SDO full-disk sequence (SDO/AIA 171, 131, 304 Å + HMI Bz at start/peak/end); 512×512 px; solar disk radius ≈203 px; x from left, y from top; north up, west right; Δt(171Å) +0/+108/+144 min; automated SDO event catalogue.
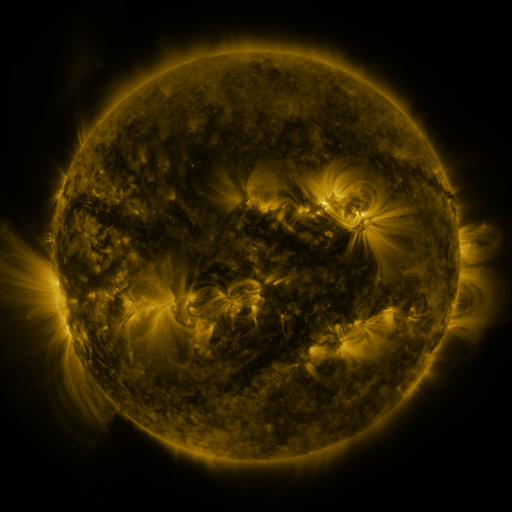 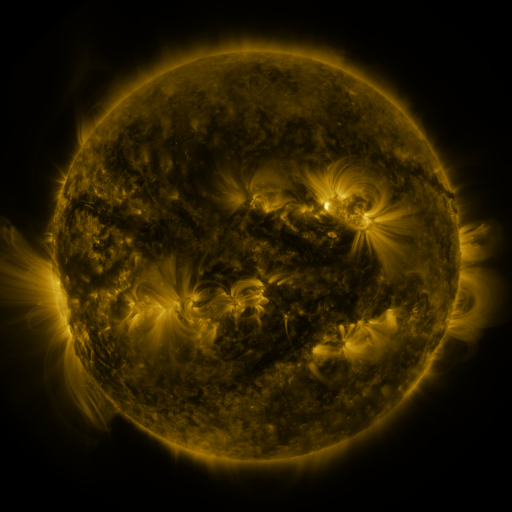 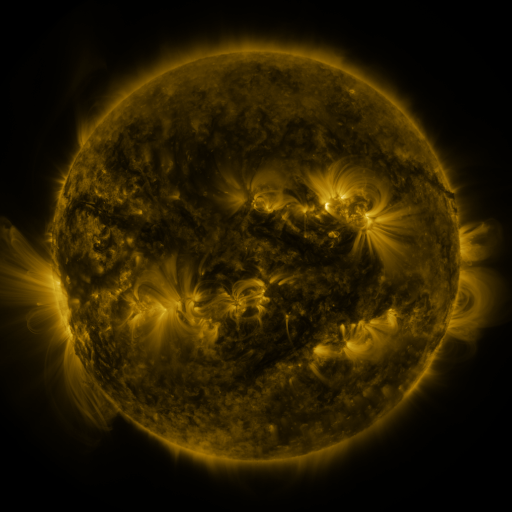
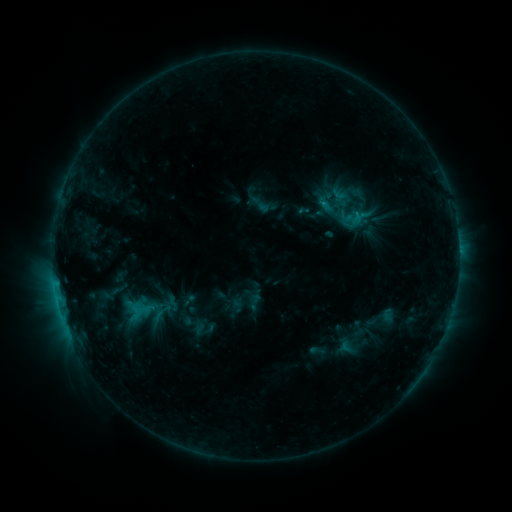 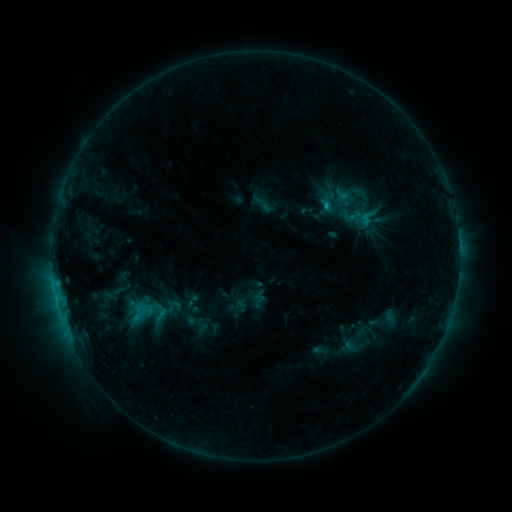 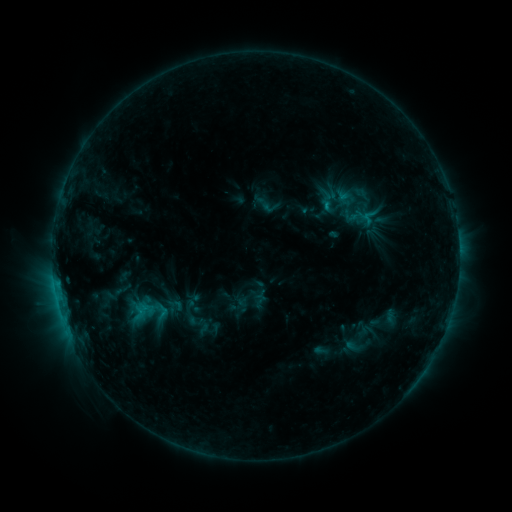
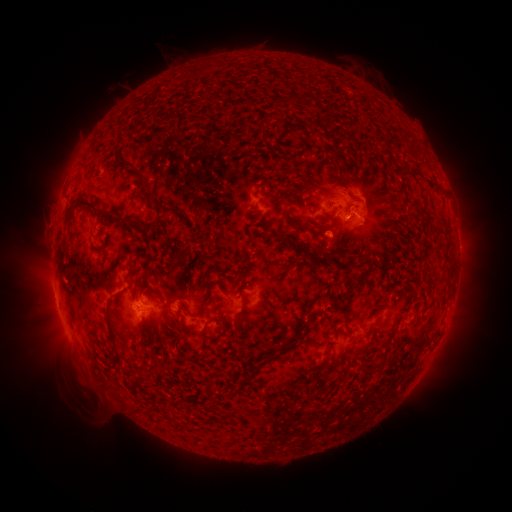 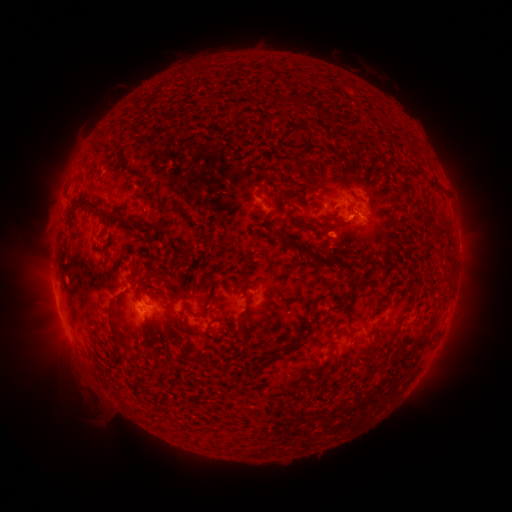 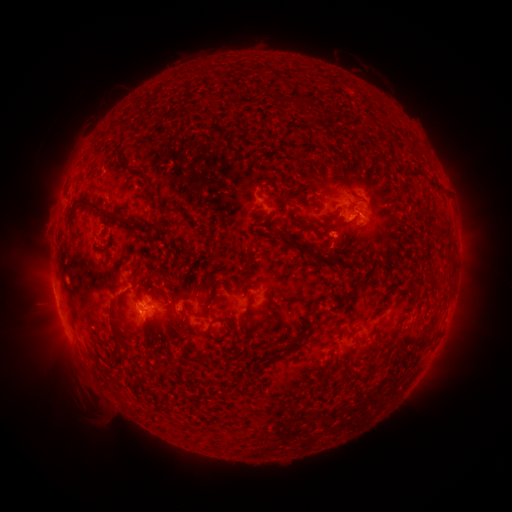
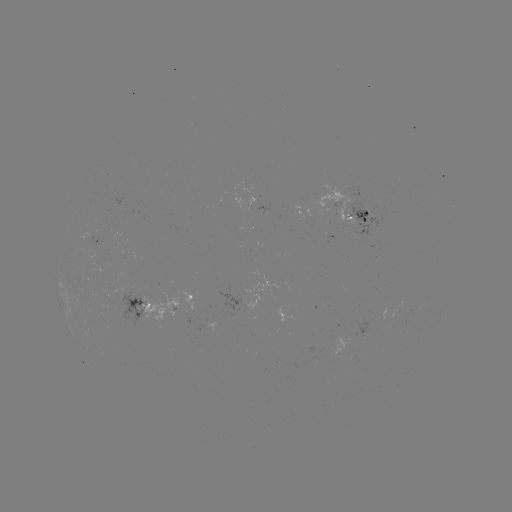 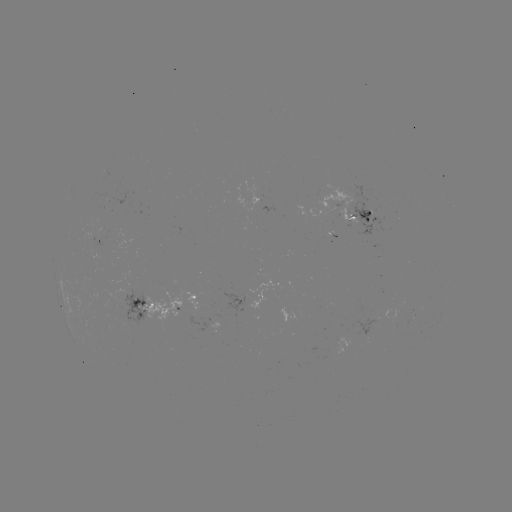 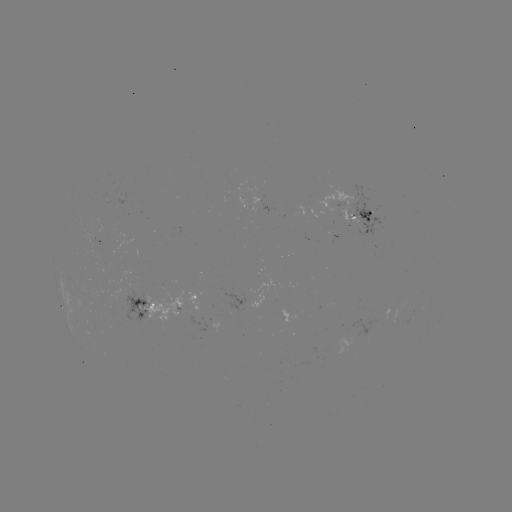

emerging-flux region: [105, 192, 129, 205]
